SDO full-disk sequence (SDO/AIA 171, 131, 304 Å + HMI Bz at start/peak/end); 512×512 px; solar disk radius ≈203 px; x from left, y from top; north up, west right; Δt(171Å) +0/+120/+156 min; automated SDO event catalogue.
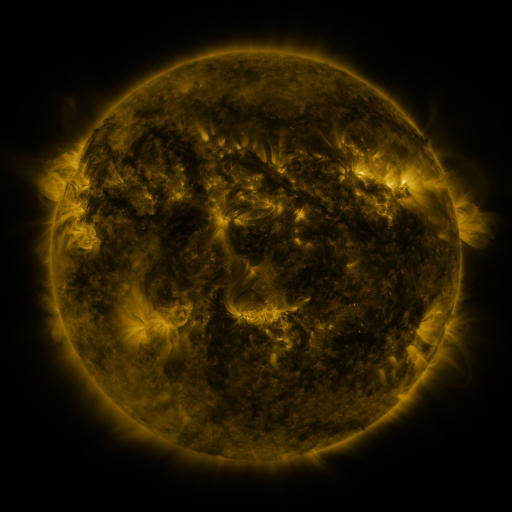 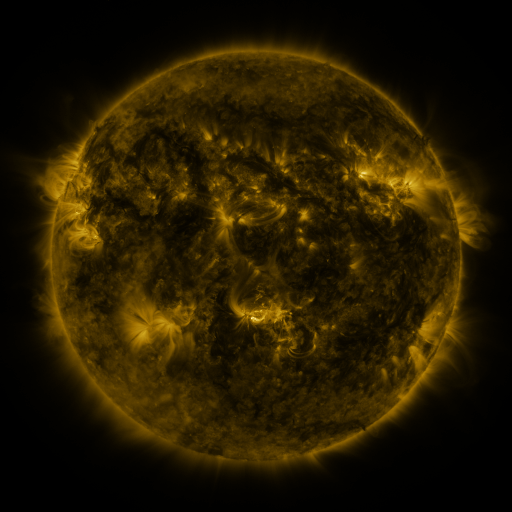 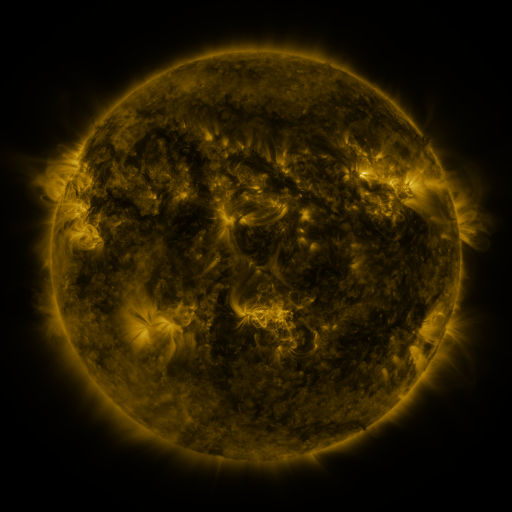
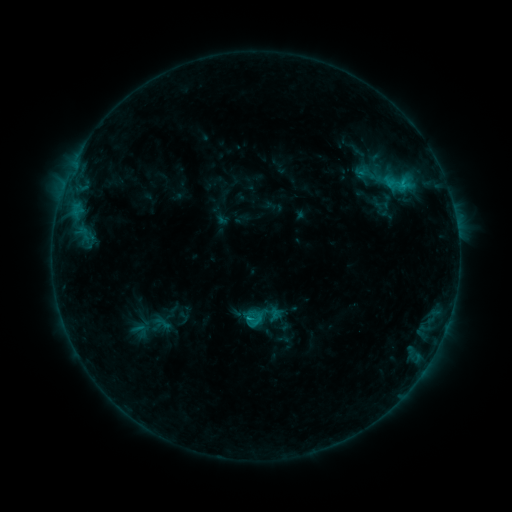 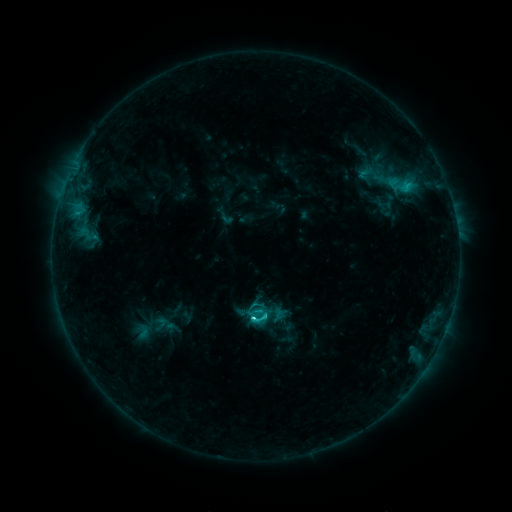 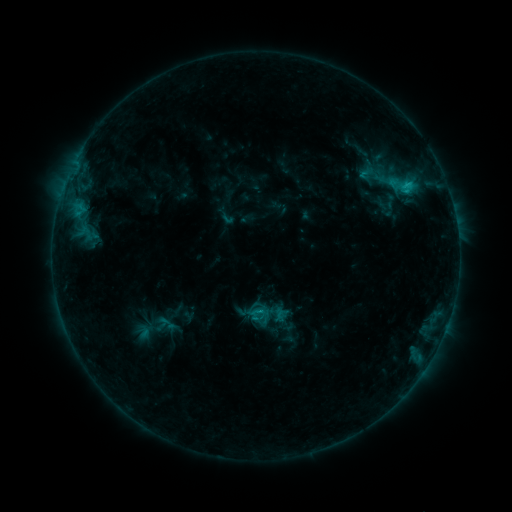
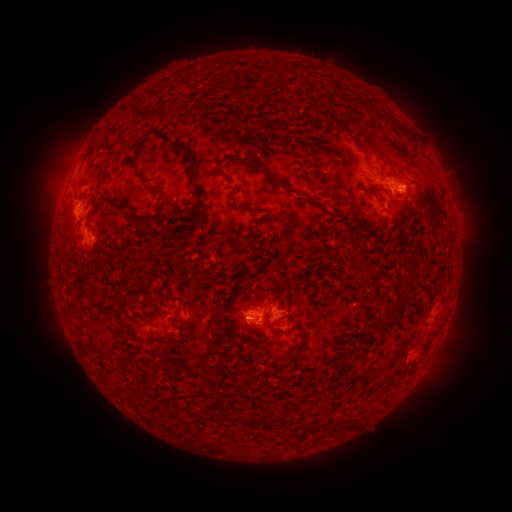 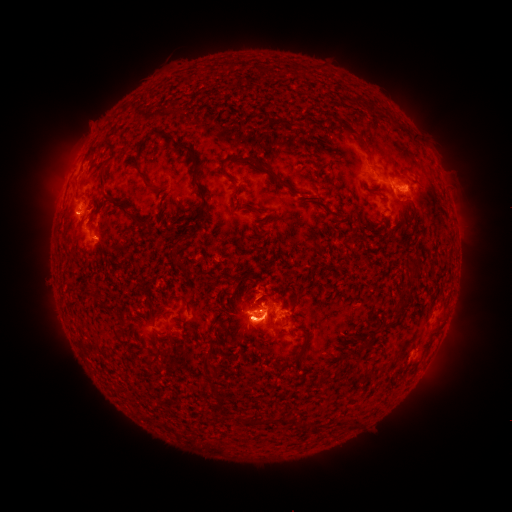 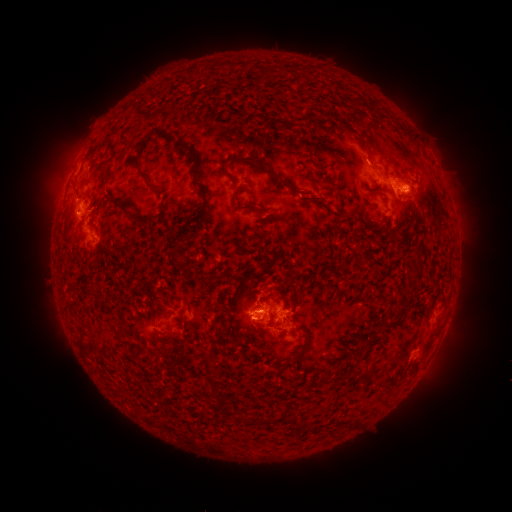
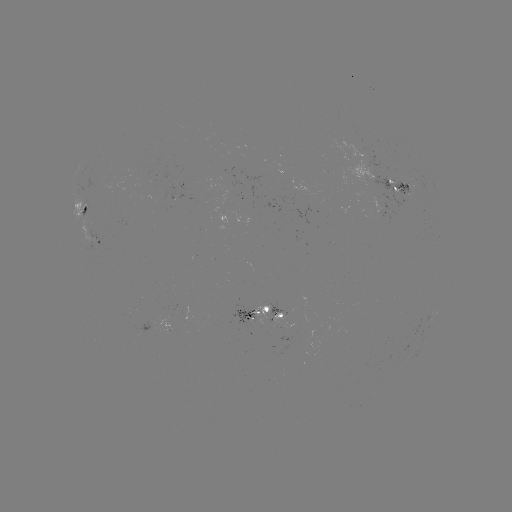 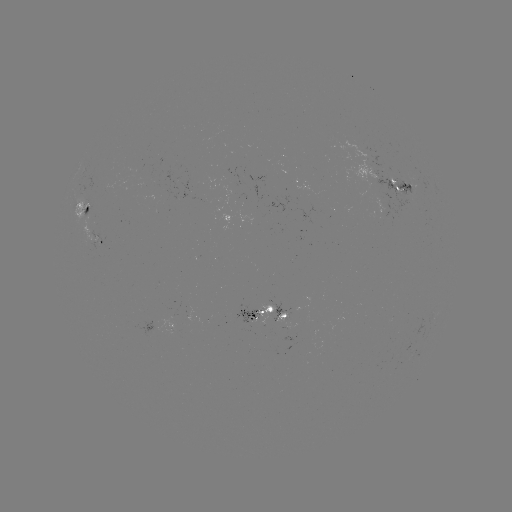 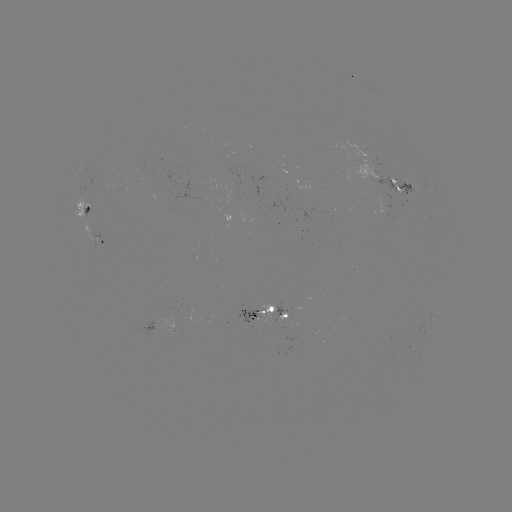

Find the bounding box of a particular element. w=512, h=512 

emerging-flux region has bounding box [388, 186, 401, 195].